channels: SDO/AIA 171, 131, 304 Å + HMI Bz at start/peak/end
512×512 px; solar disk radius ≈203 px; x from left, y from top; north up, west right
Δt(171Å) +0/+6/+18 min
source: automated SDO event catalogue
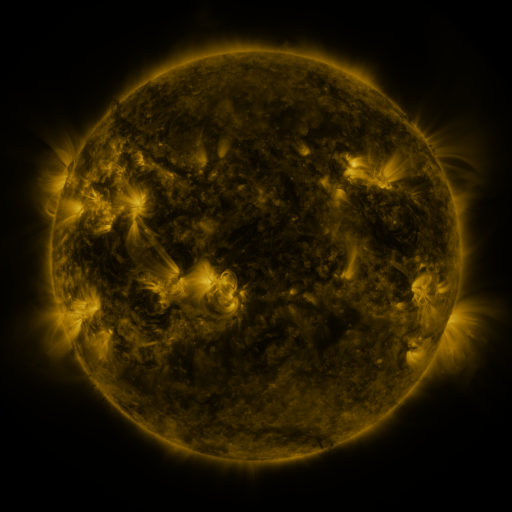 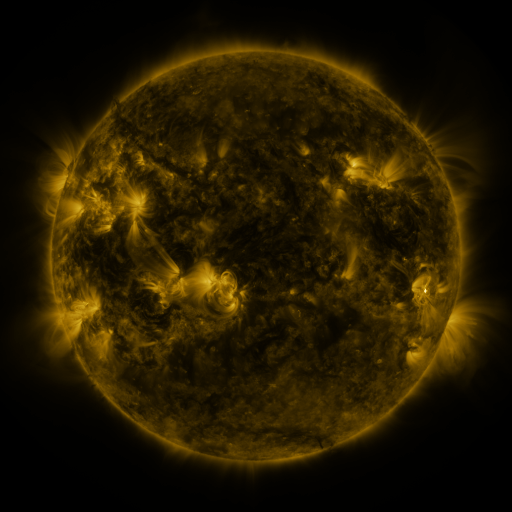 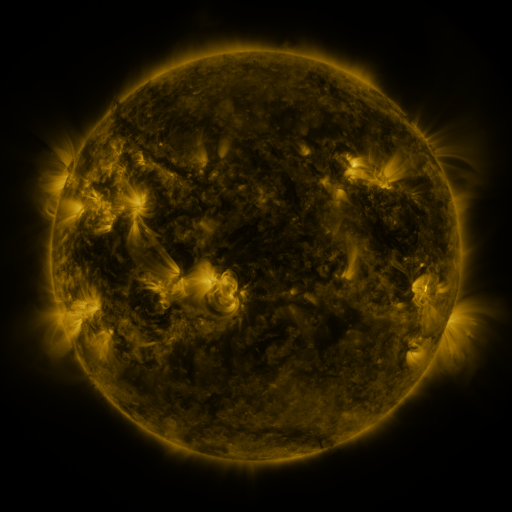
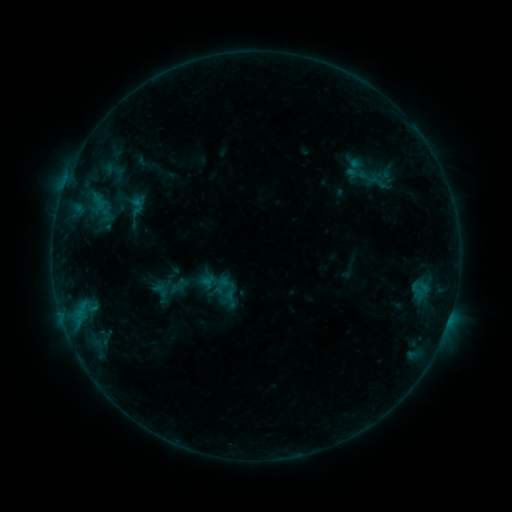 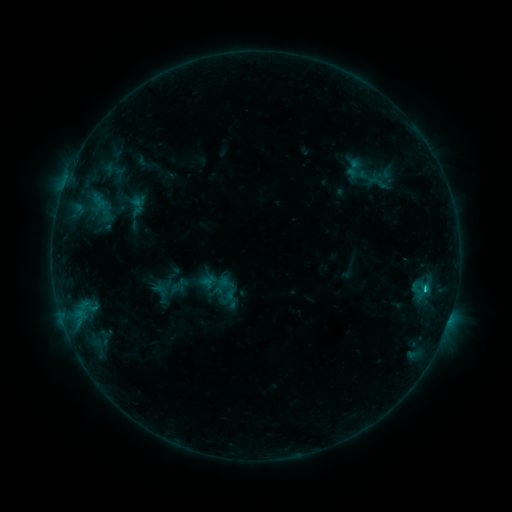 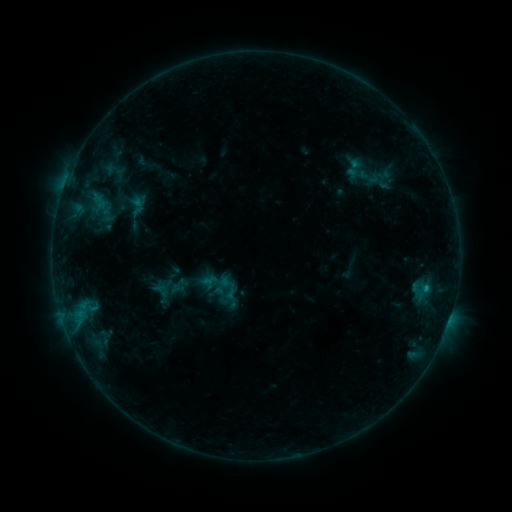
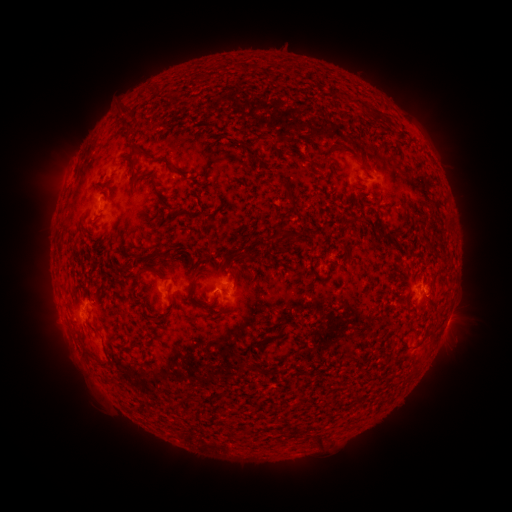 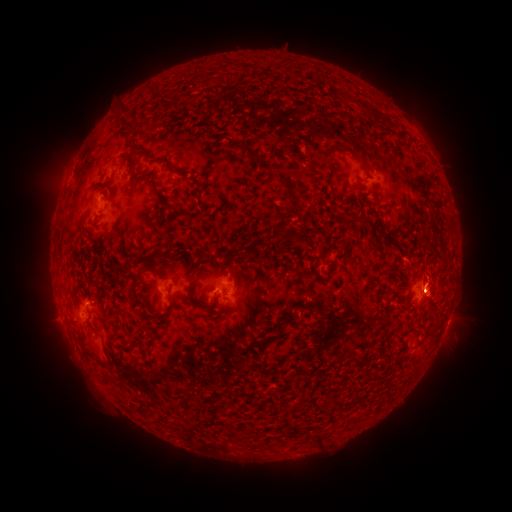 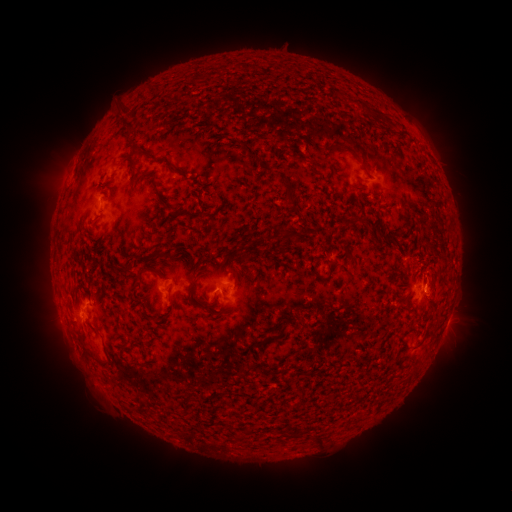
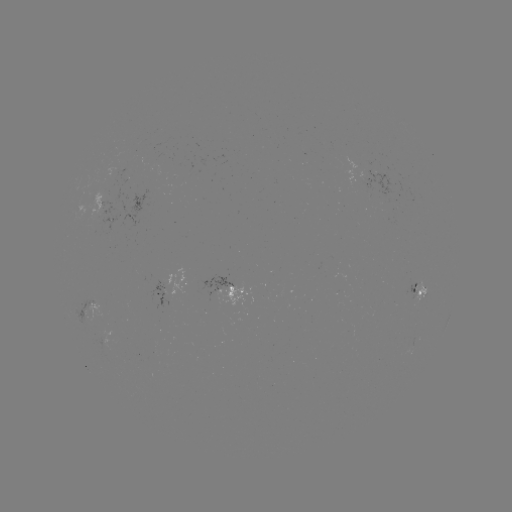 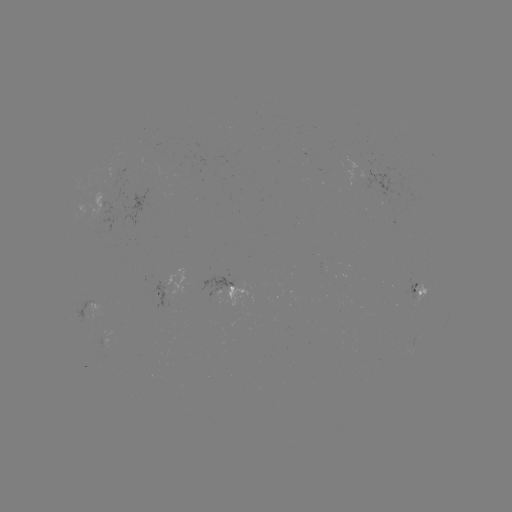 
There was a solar flare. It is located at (424, 288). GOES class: B8.3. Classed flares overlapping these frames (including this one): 1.